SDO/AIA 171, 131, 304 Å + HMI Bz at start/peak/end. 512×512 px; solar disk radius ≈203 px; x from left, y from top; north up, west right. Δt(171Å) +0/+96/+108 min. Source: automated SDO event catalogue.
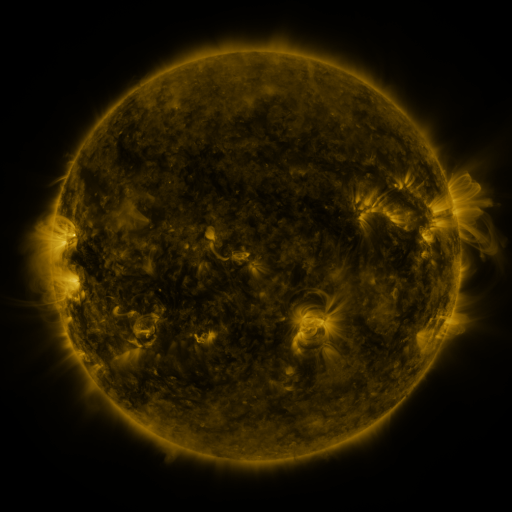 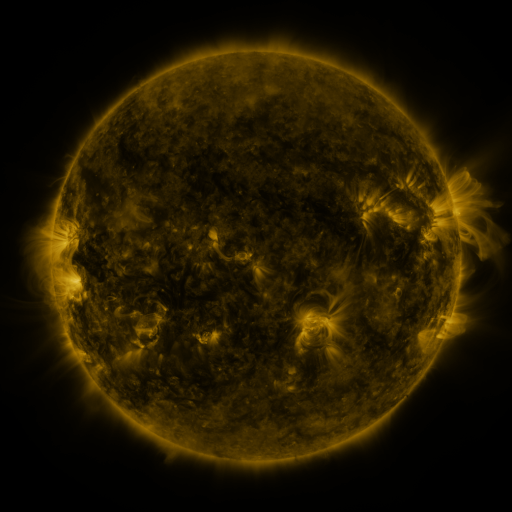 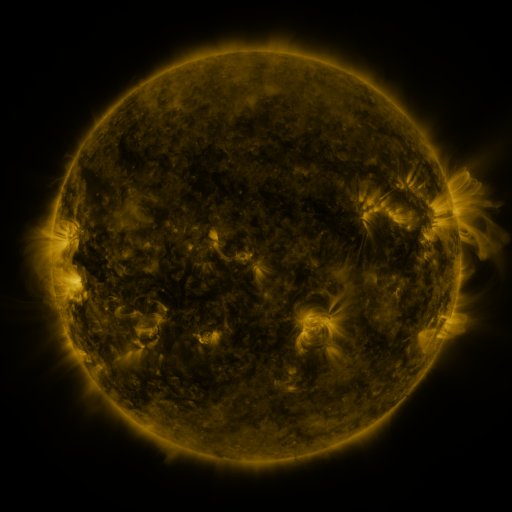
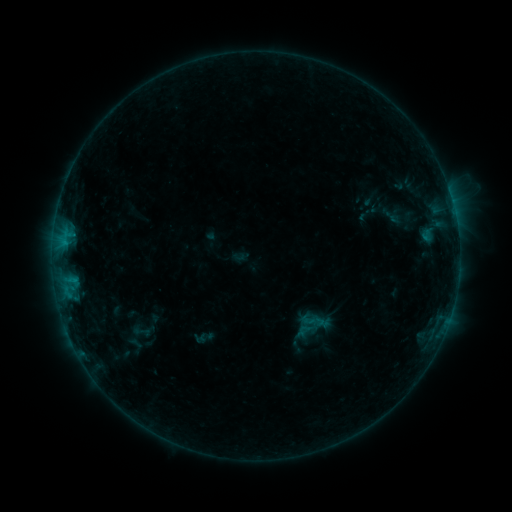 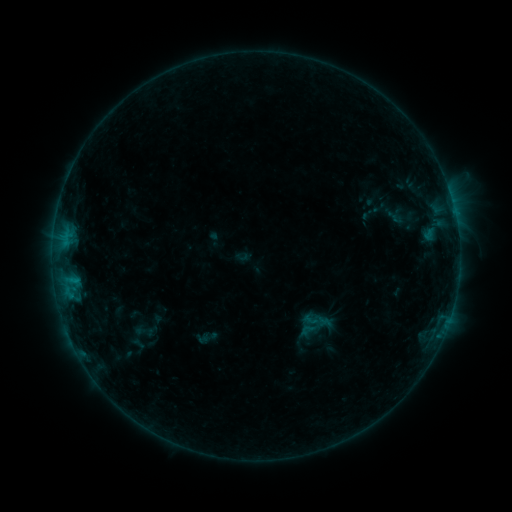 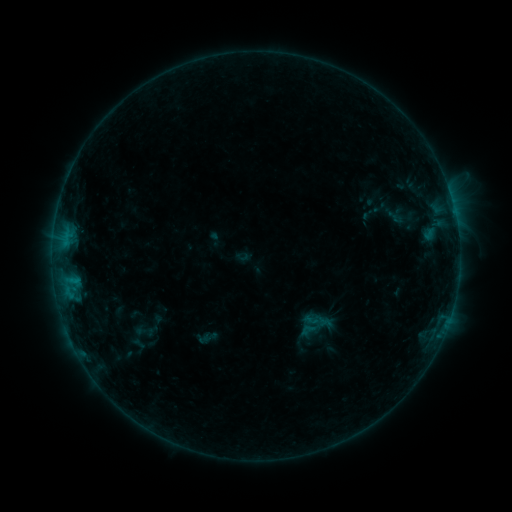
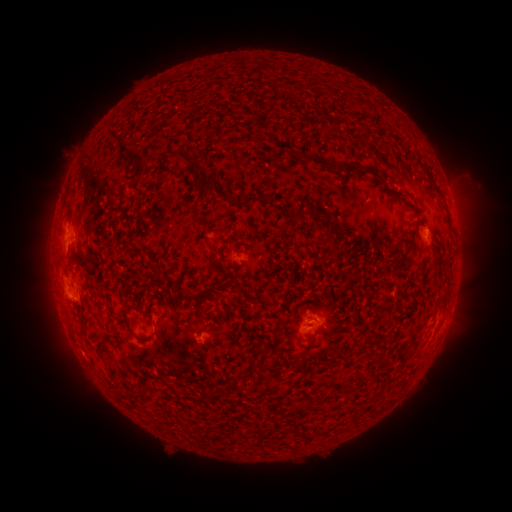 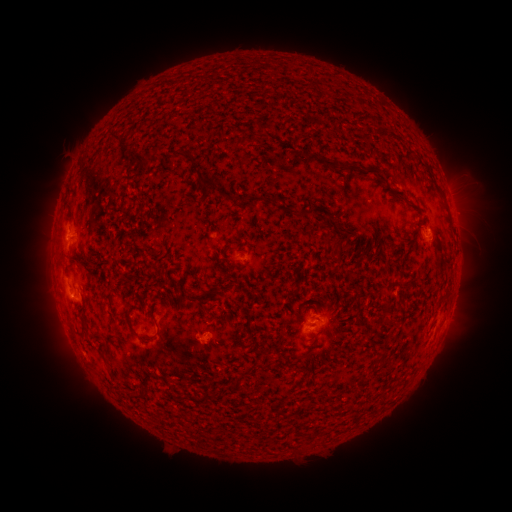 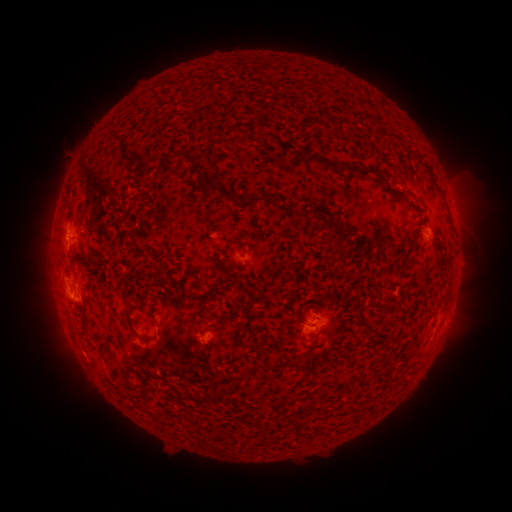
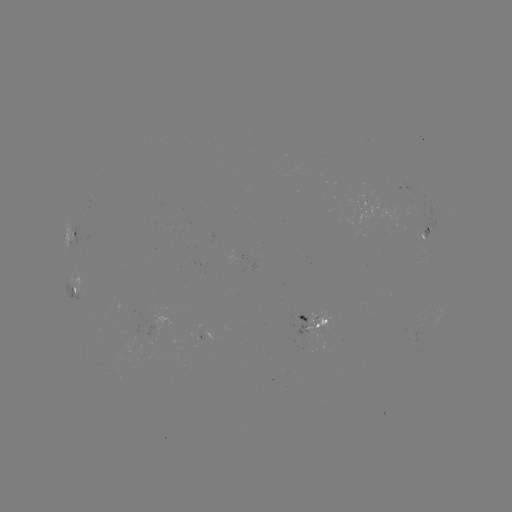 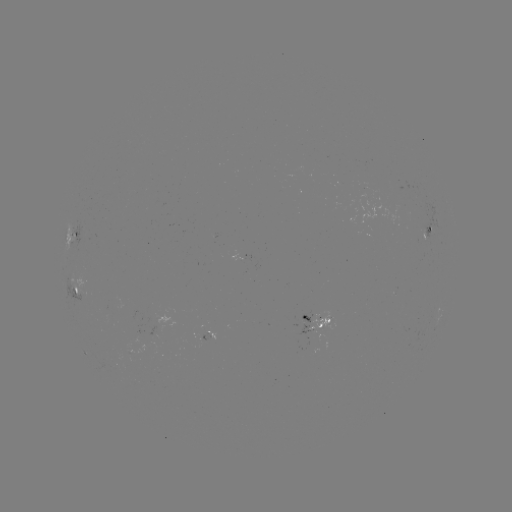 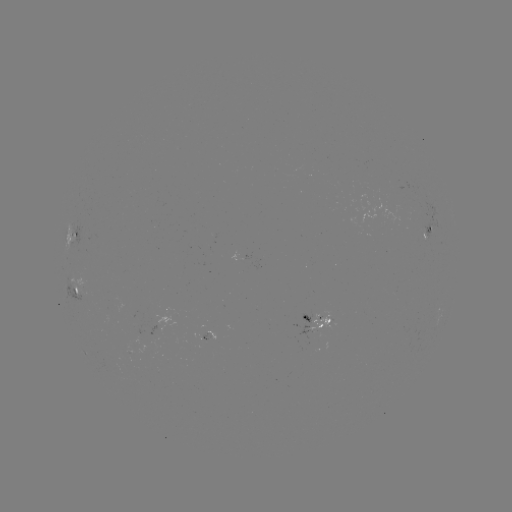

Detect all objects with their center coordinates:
emerging-flux region: (202, 338)
